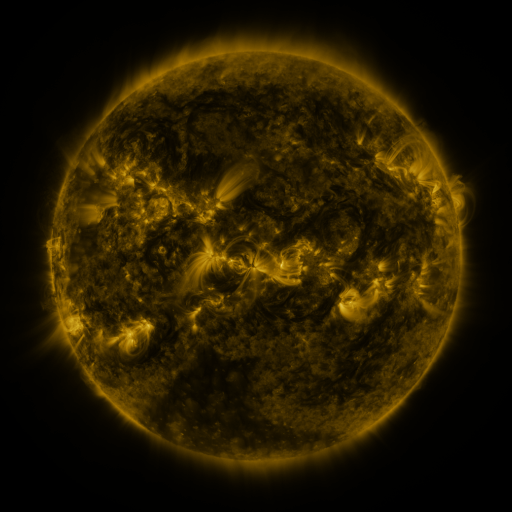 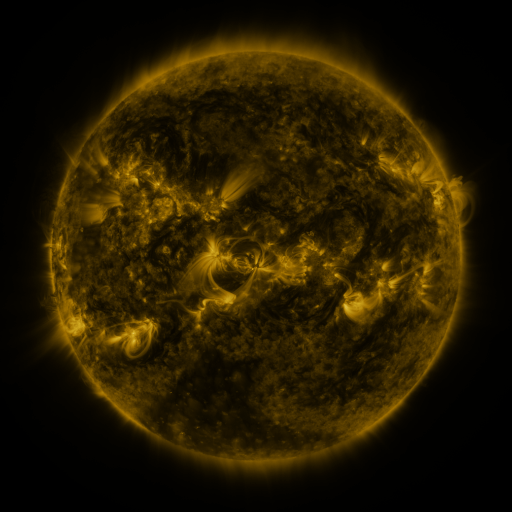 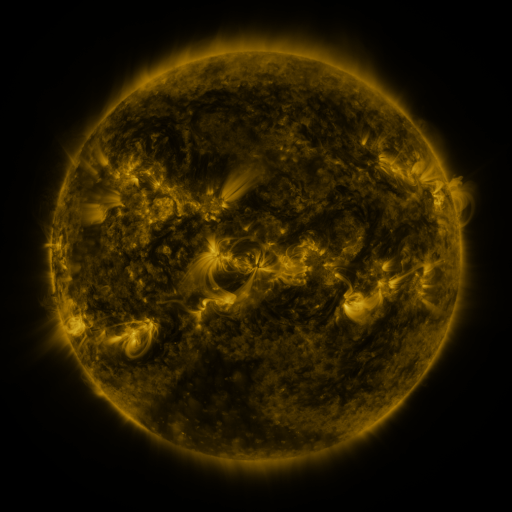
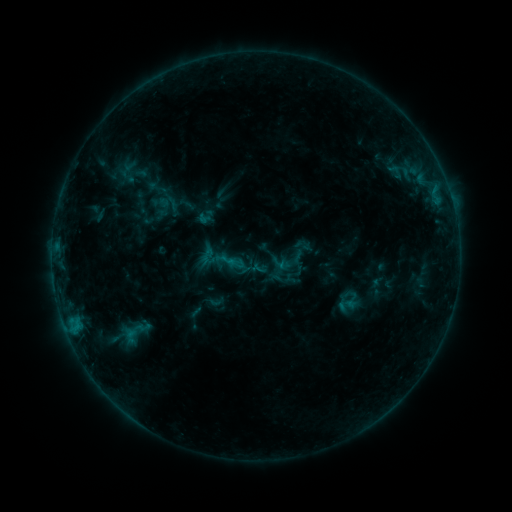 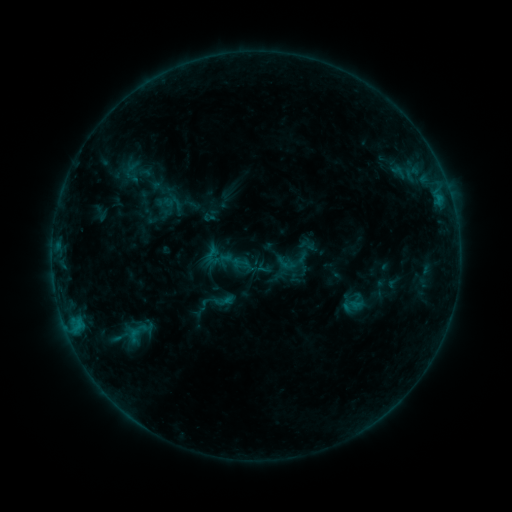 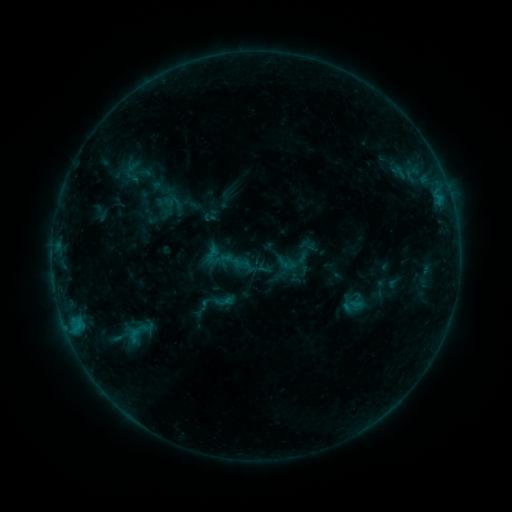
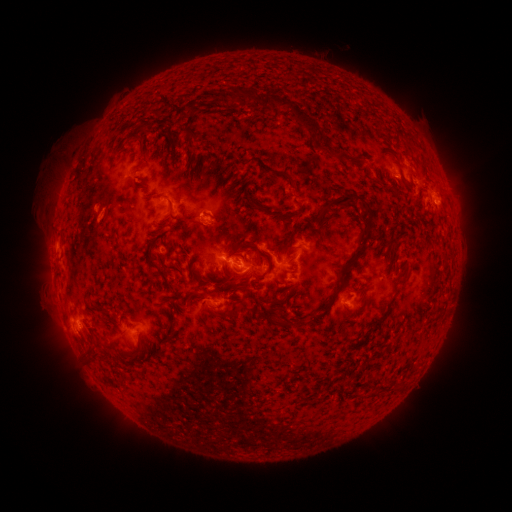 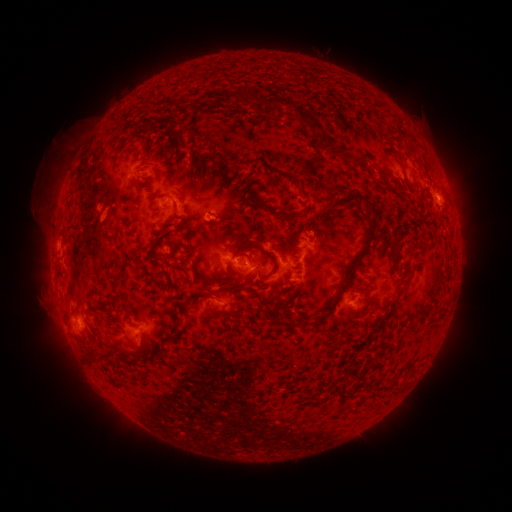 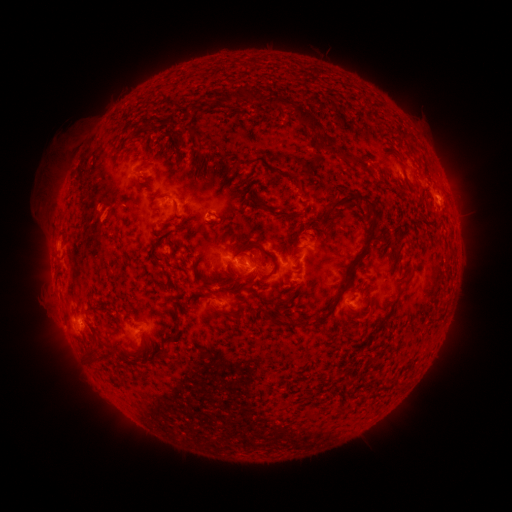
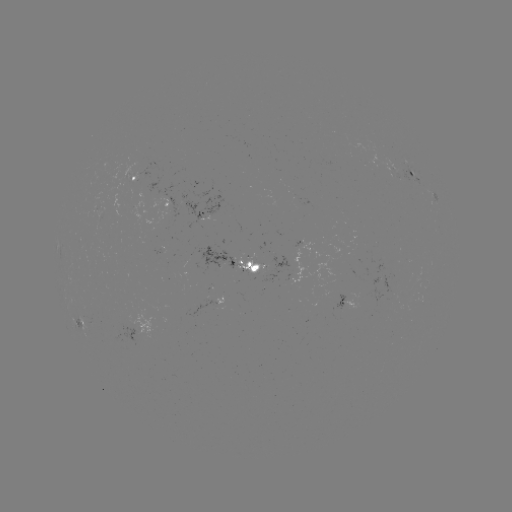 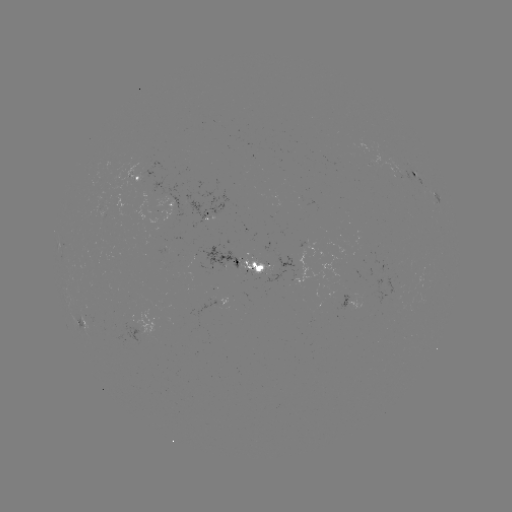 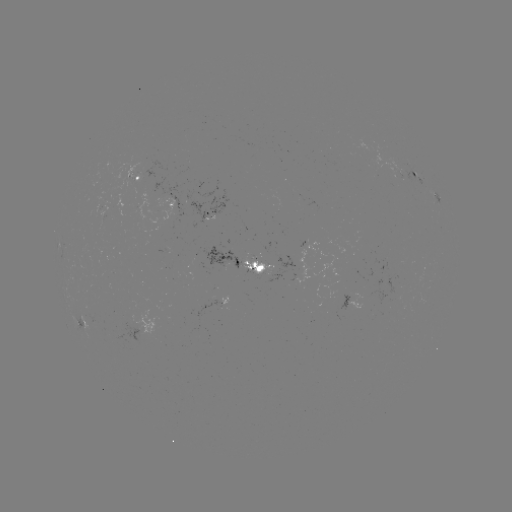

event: emerging-flux region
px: (251, 269)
